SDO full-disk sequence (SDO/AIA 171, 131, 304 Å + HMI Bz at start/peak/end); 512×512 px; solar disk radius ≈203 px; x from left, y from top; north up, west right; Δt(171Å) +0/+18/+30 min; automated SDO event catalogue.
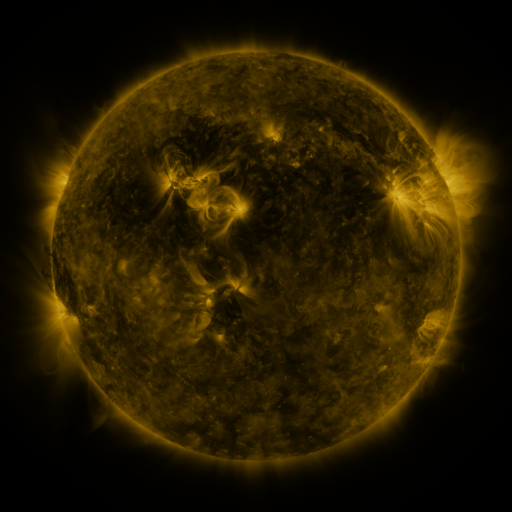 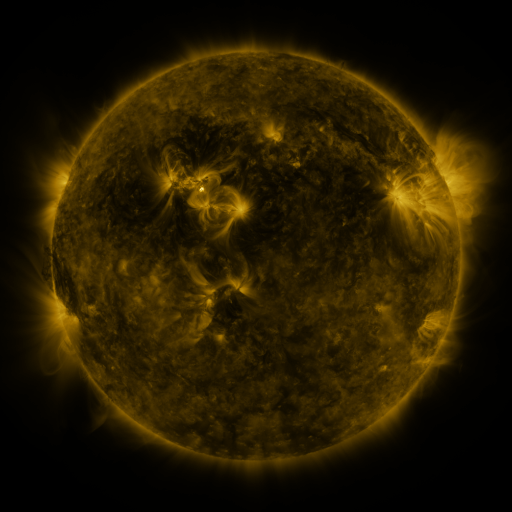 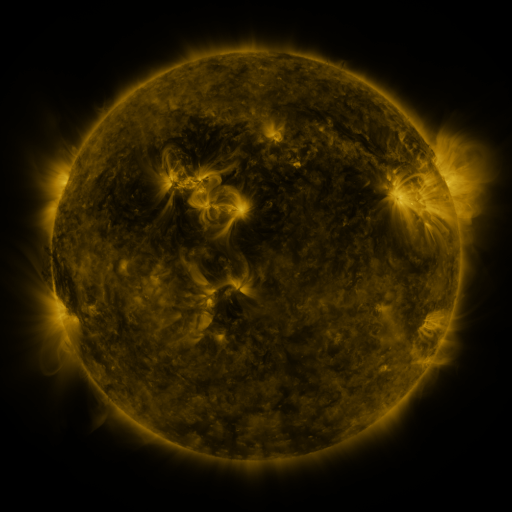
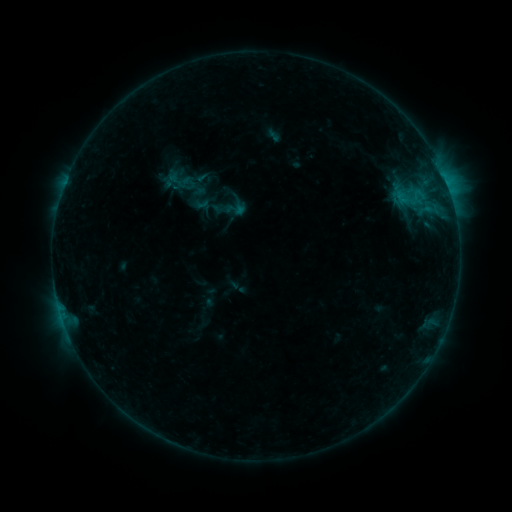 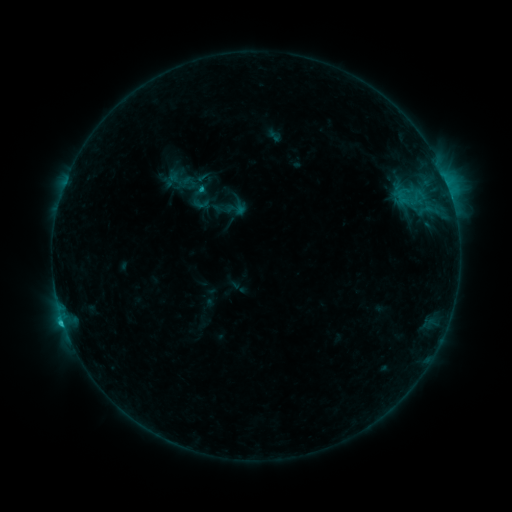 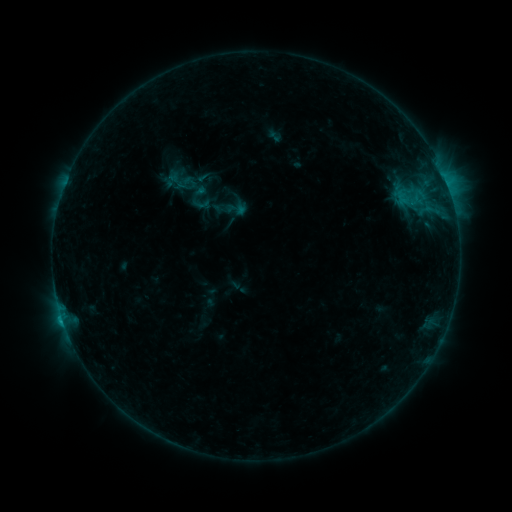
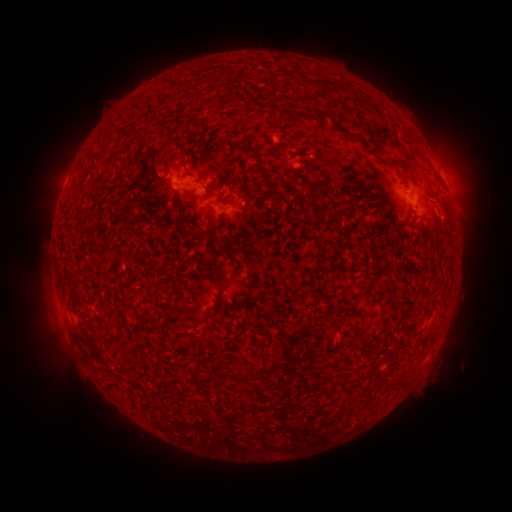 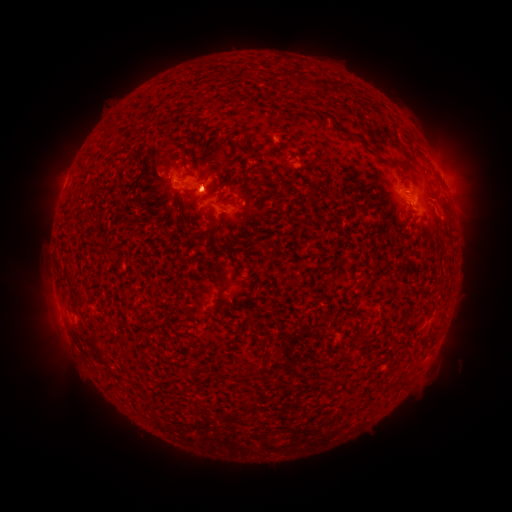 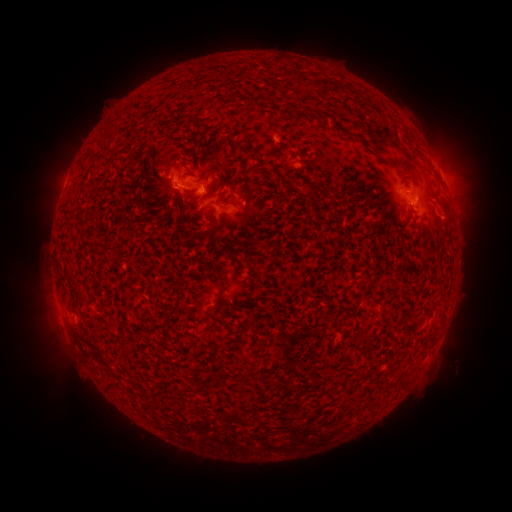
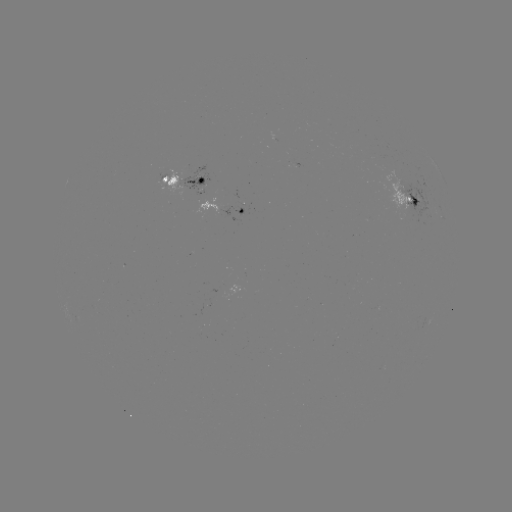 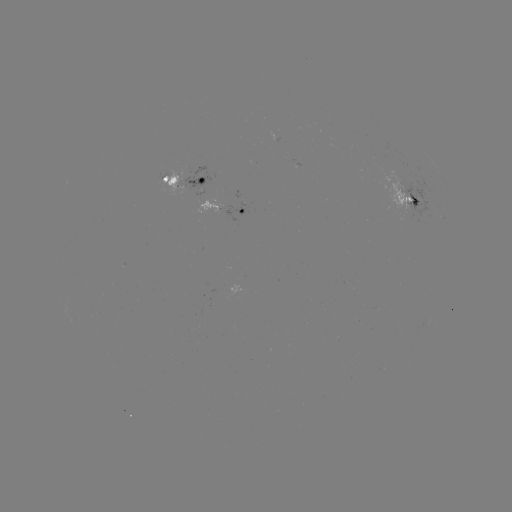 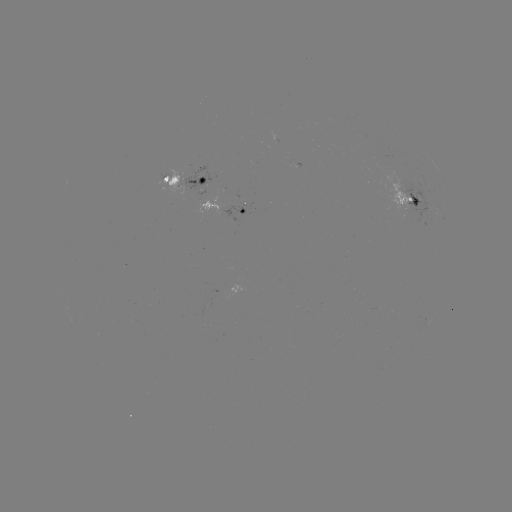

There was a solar flare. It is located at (63, 321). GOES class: C1.3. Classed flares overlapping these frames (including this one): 1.